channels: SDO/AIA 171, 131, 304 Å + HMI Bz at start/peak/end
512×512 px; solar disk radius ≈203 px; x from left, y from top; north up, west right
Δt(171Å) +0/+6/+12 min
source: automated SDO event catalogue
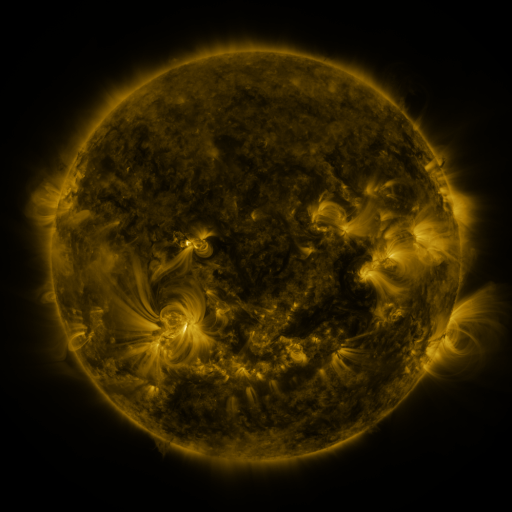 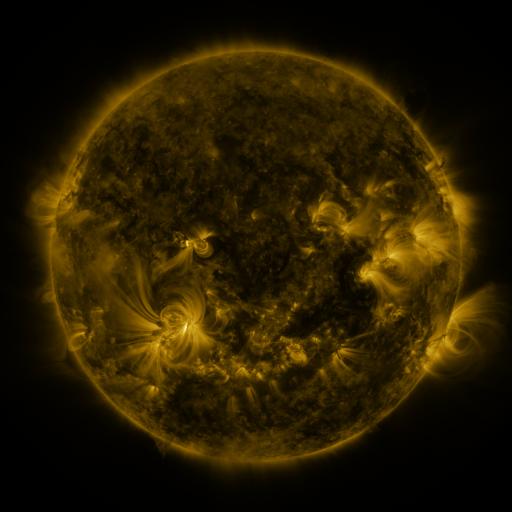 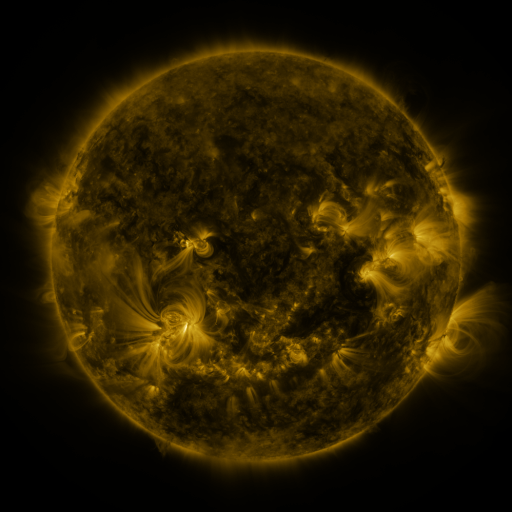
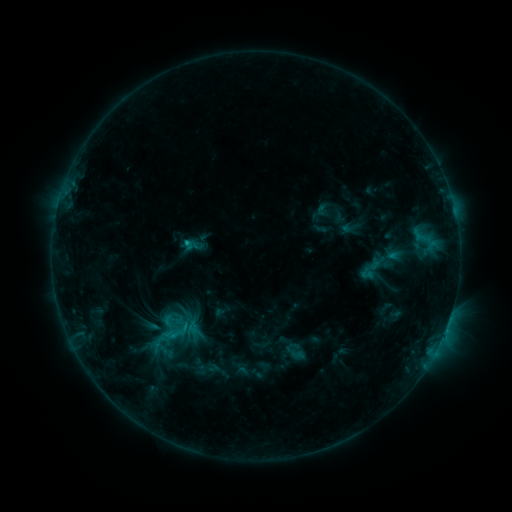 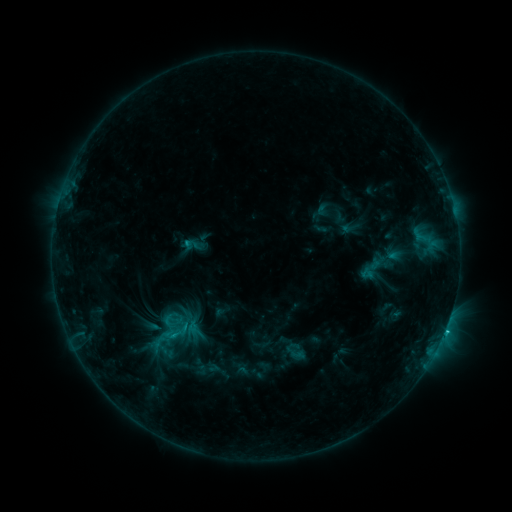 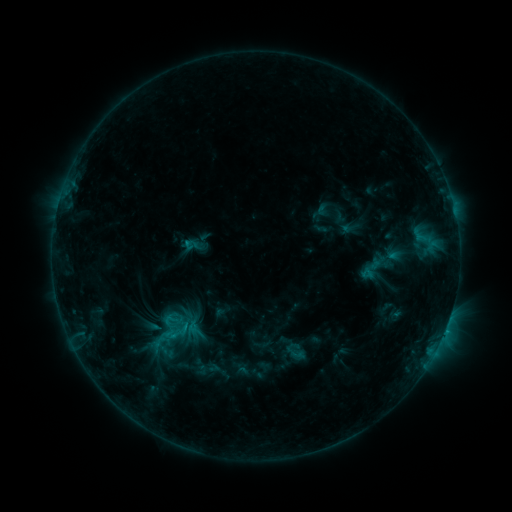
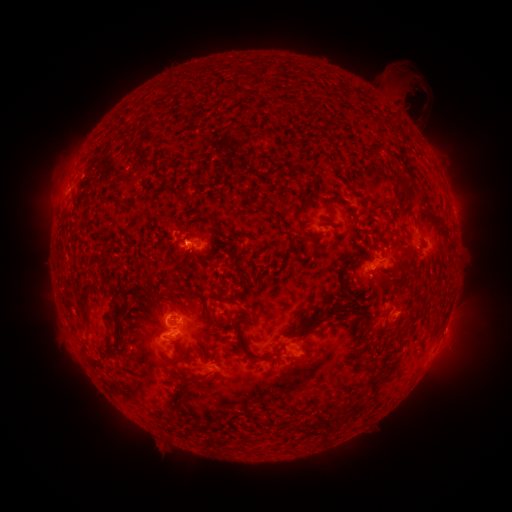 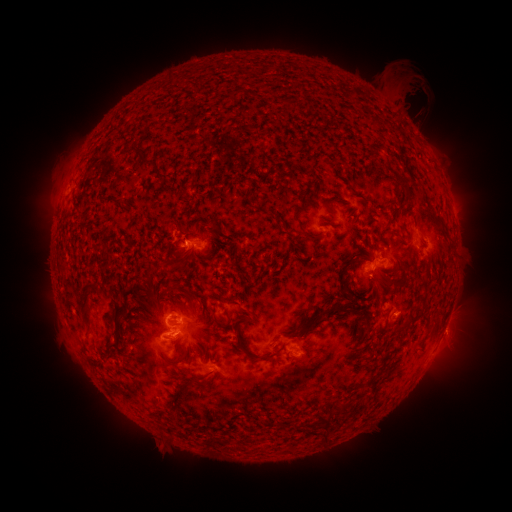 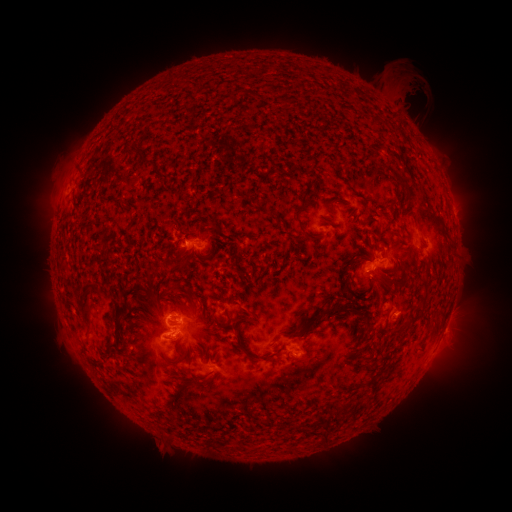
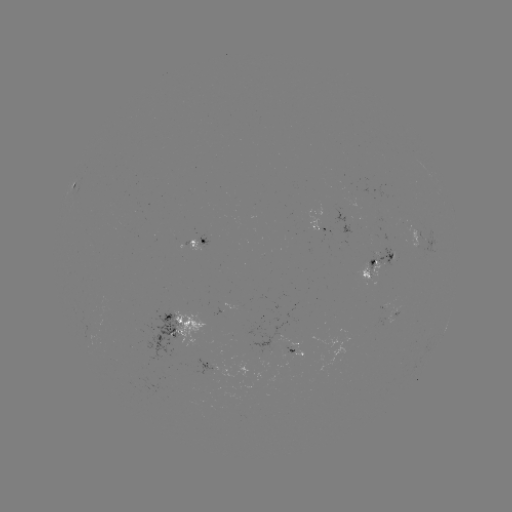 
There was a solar flare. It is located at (445, 329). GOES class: C1.2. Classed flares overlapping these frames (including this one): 1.